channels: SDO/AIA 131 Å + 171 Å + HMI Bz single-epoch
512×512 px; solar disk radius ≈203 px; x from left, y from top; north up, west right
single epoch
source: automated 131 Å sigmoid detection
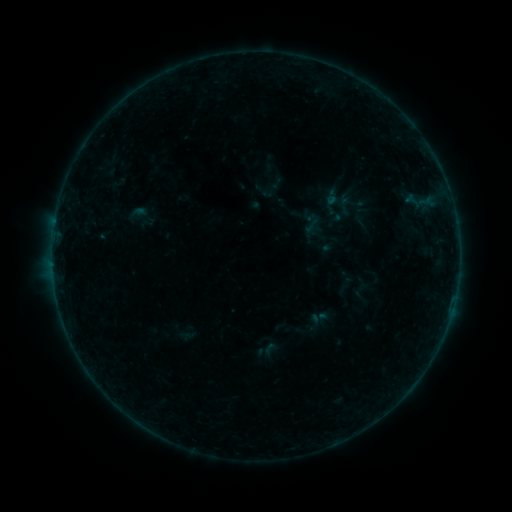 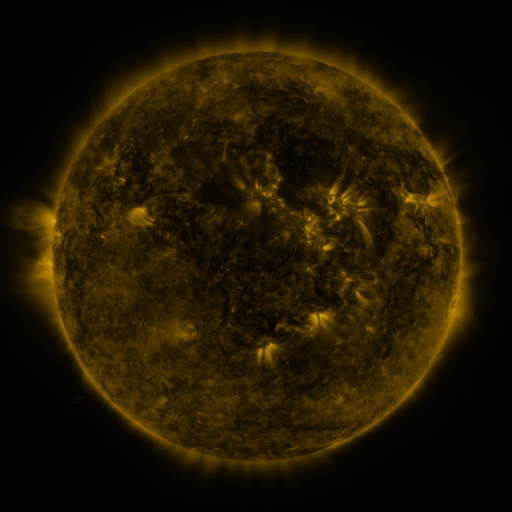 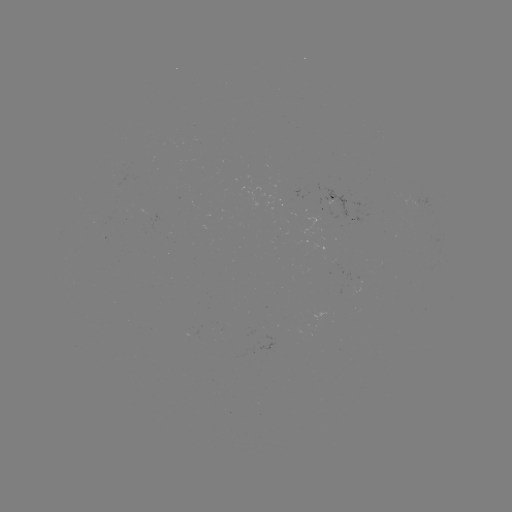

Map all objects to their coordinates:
sigmoid: (301, 216, 322, 235)
